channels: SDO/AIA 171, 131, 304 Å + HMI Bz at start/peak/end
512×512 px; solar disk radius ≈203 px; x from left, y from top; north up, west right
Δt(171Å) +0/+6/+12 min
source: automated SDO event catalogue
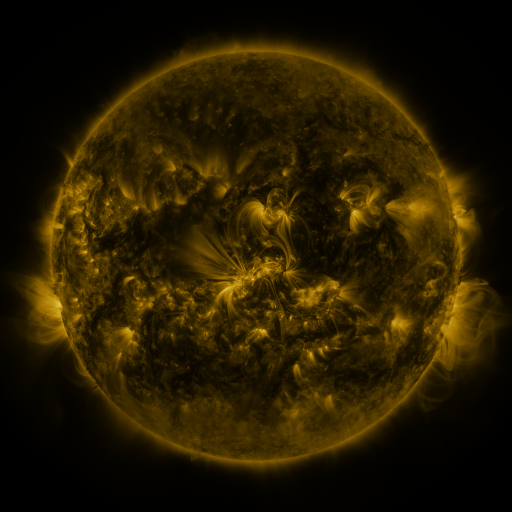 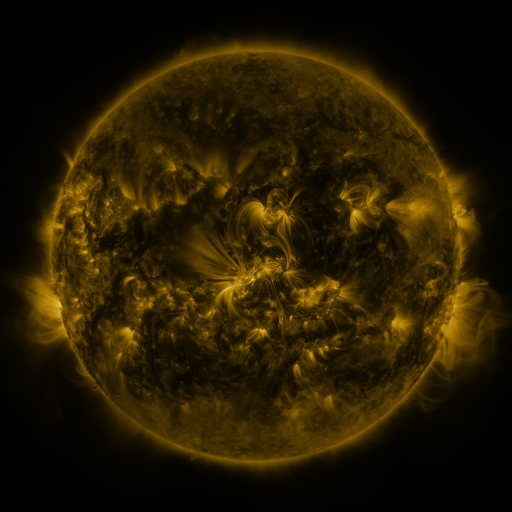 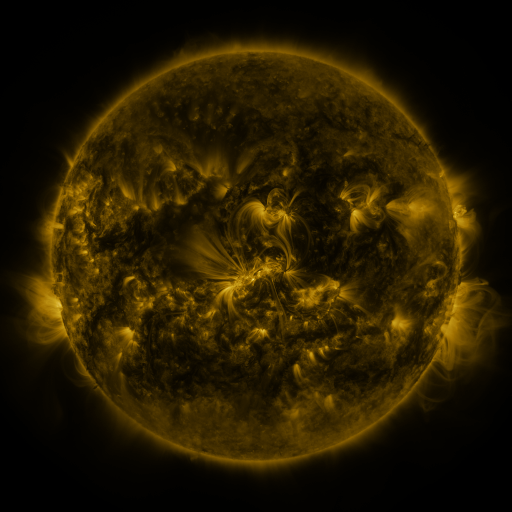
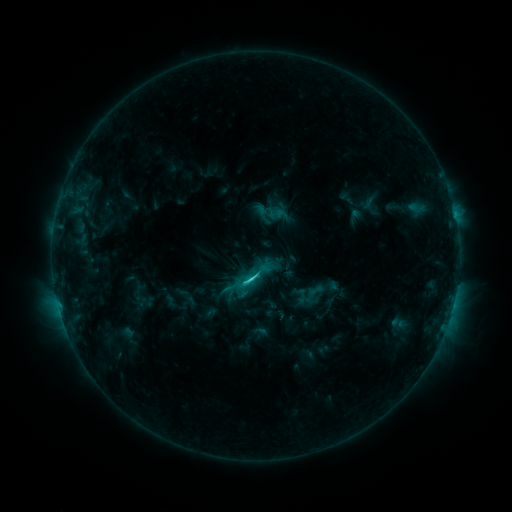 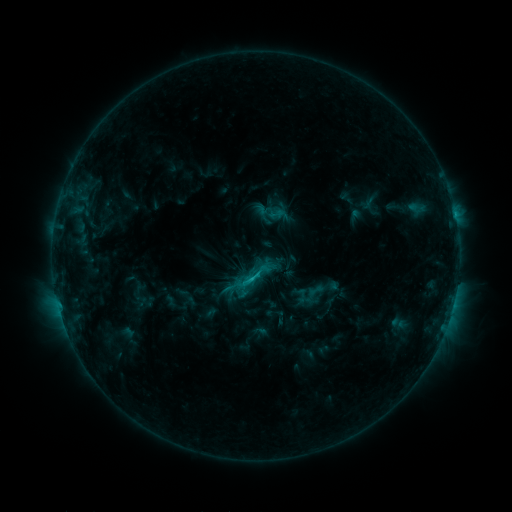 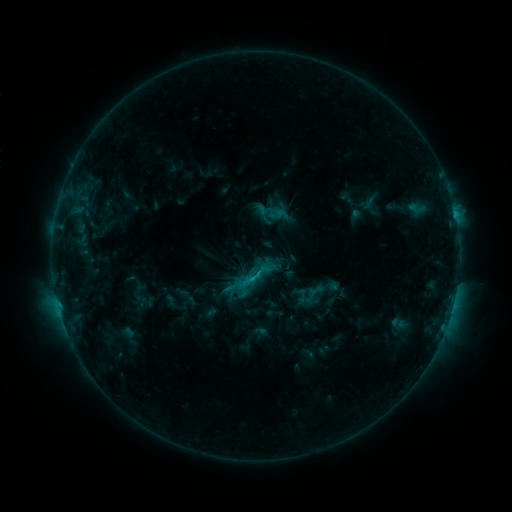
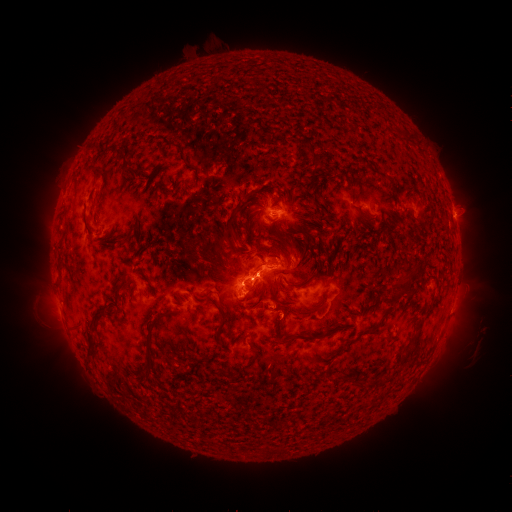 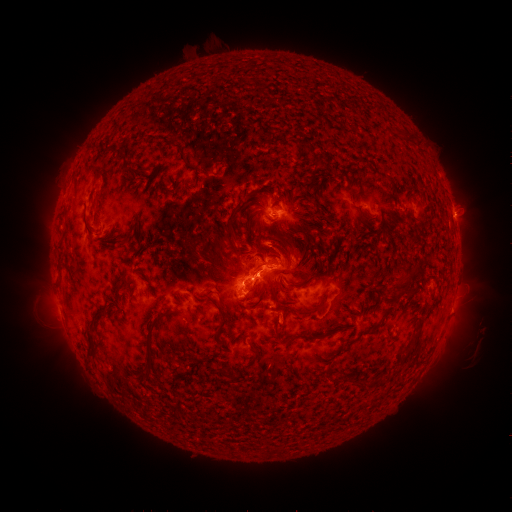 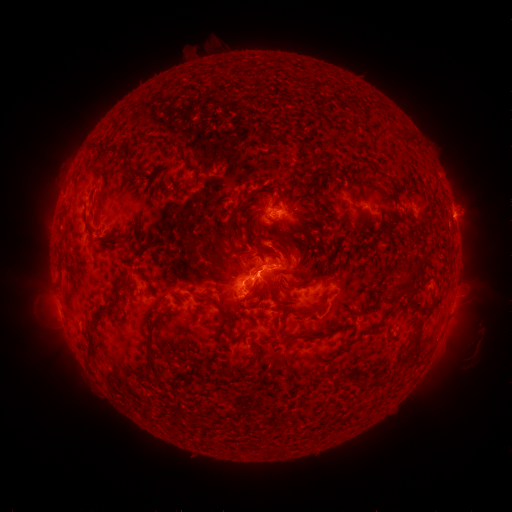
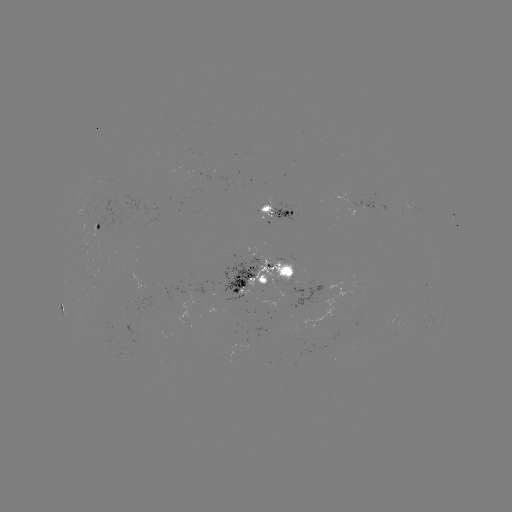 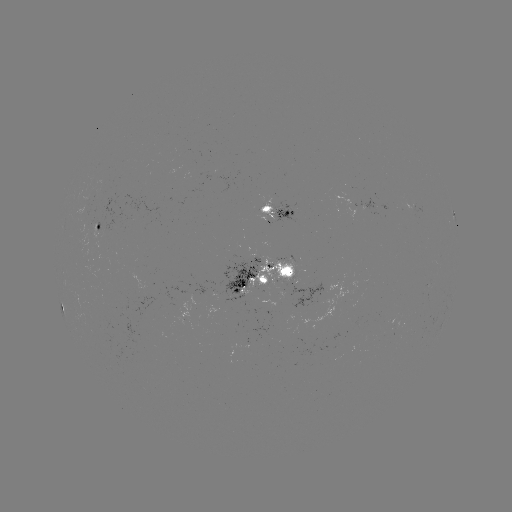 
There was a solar eruption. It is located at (285, 325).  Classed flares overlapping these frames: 1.